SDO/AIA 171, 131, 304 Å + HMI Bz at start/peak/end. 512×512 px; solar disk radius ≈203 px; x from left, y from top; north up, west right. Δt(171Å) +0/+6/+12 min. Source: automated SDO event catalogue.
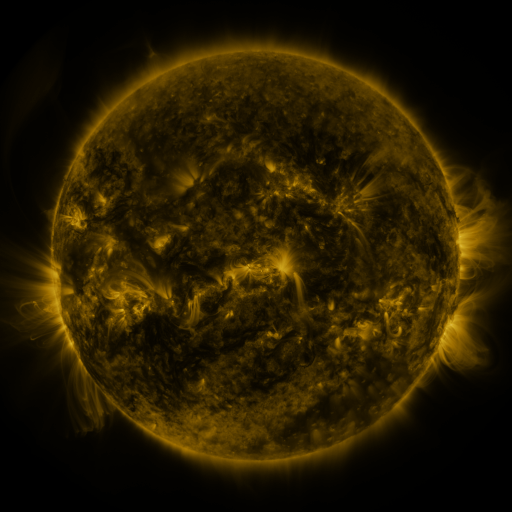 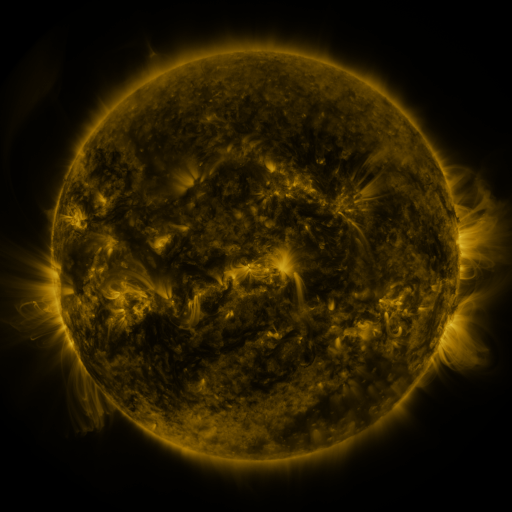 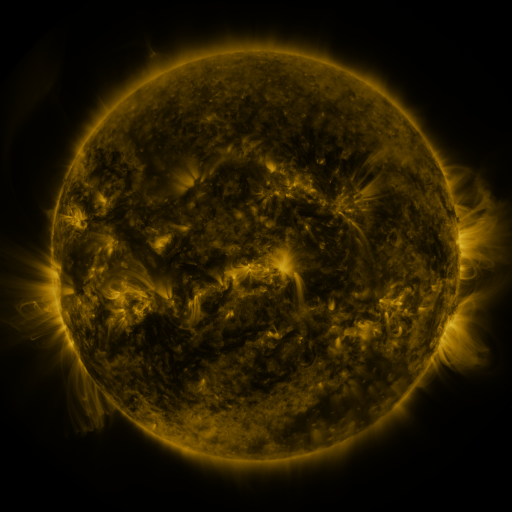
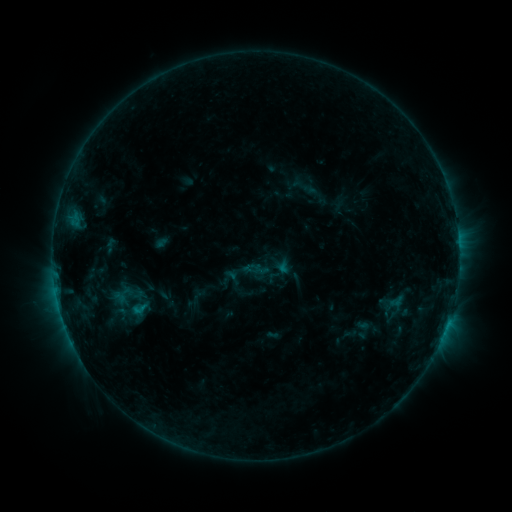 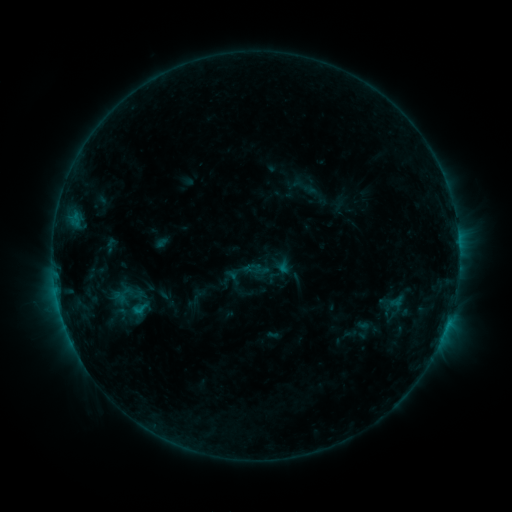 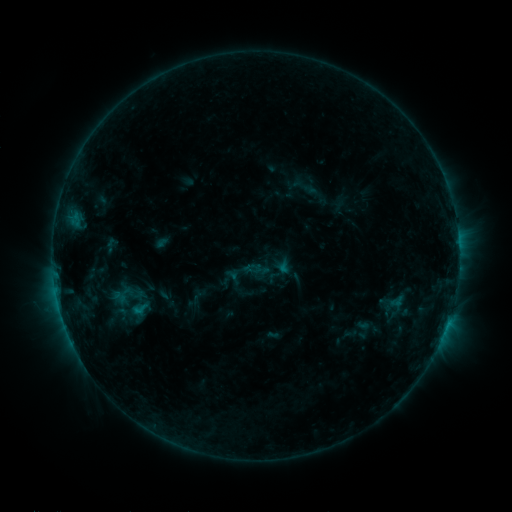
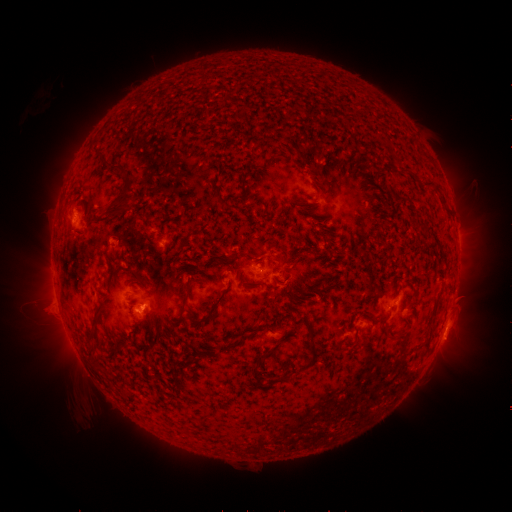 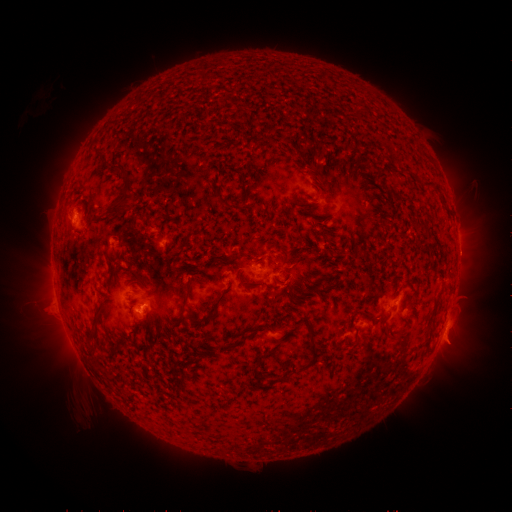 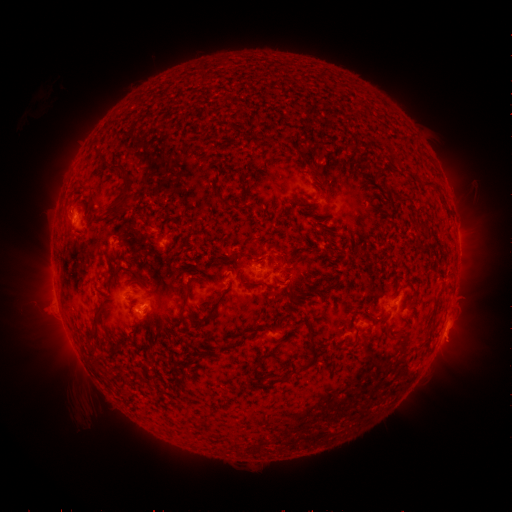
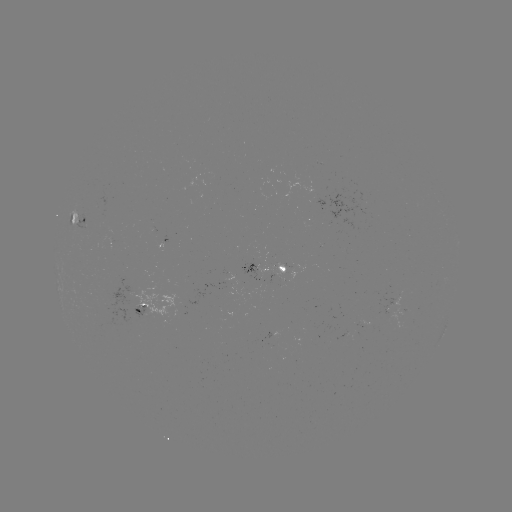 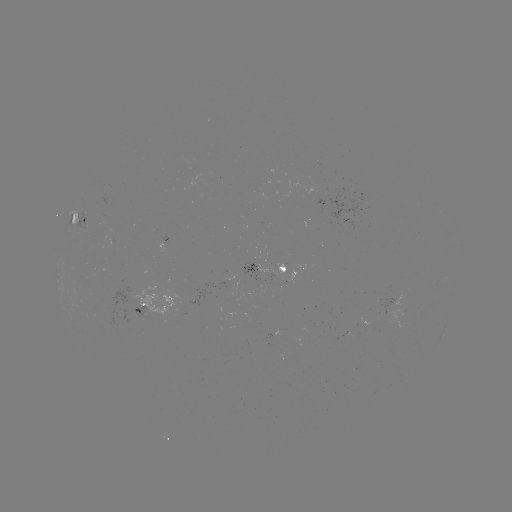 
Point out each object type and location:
eruption: (453, 346)
